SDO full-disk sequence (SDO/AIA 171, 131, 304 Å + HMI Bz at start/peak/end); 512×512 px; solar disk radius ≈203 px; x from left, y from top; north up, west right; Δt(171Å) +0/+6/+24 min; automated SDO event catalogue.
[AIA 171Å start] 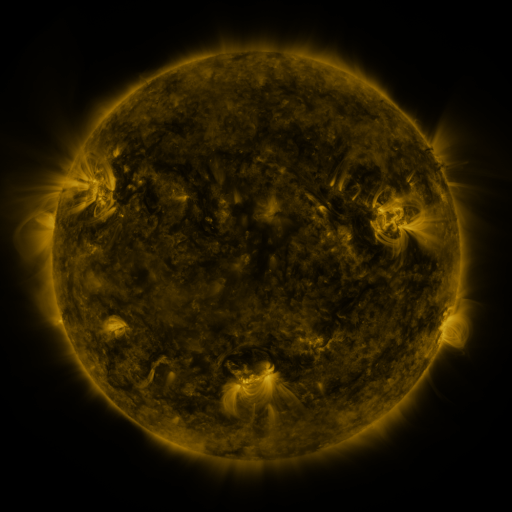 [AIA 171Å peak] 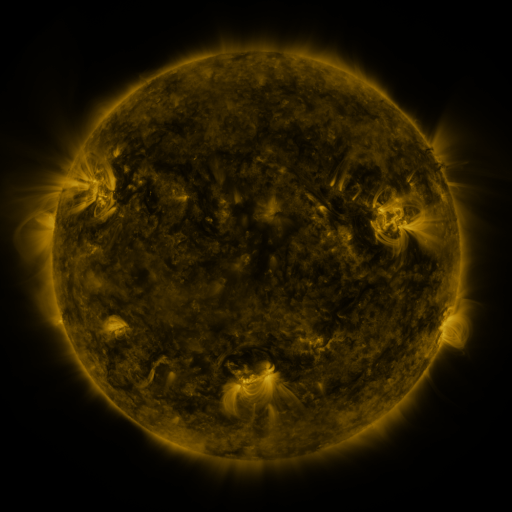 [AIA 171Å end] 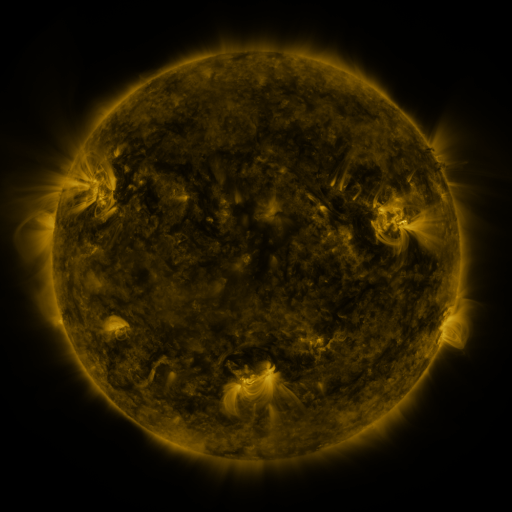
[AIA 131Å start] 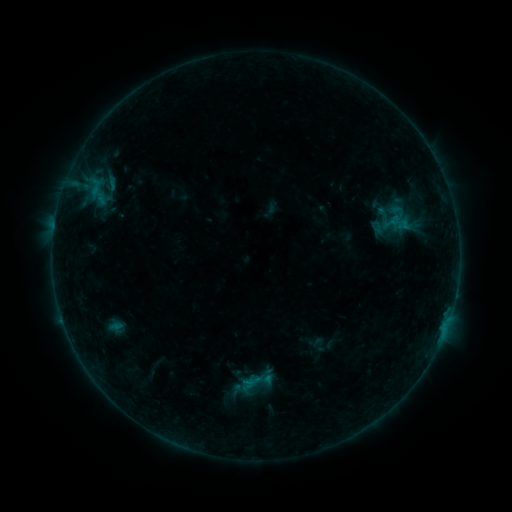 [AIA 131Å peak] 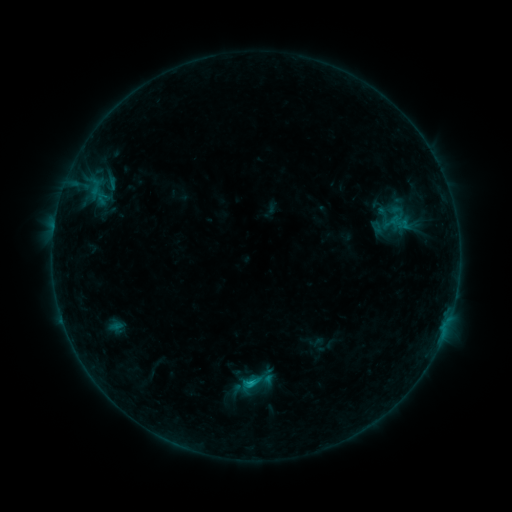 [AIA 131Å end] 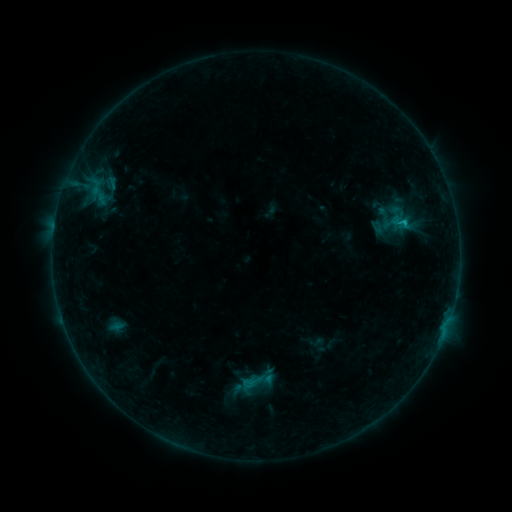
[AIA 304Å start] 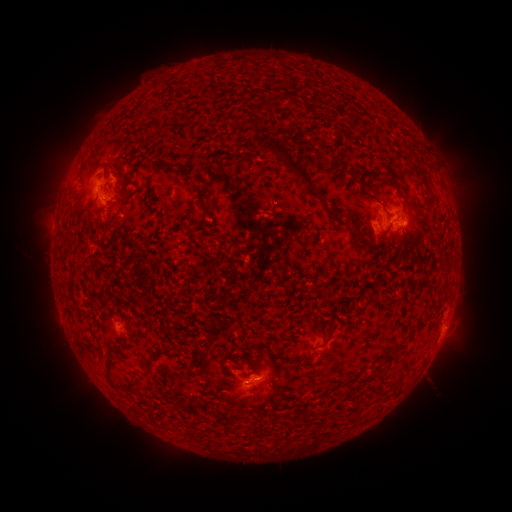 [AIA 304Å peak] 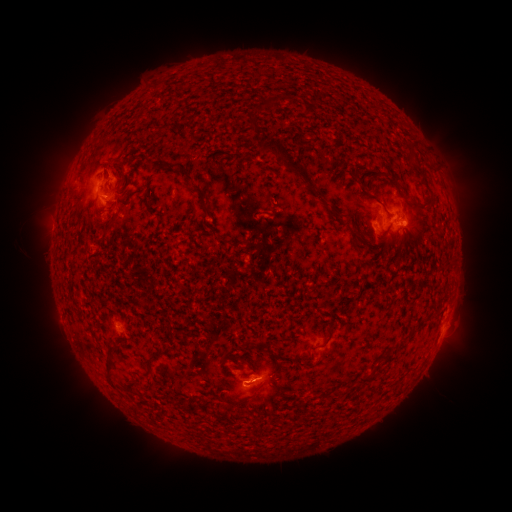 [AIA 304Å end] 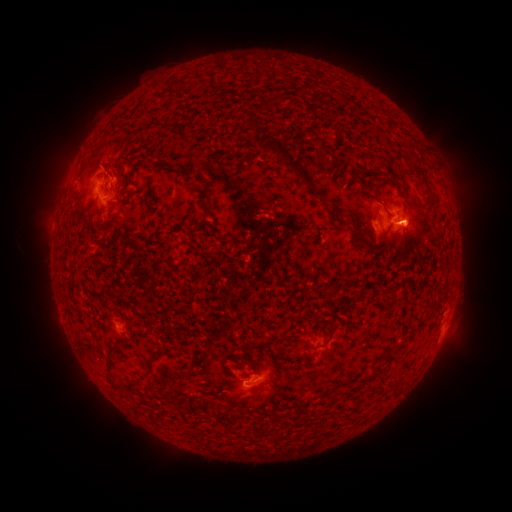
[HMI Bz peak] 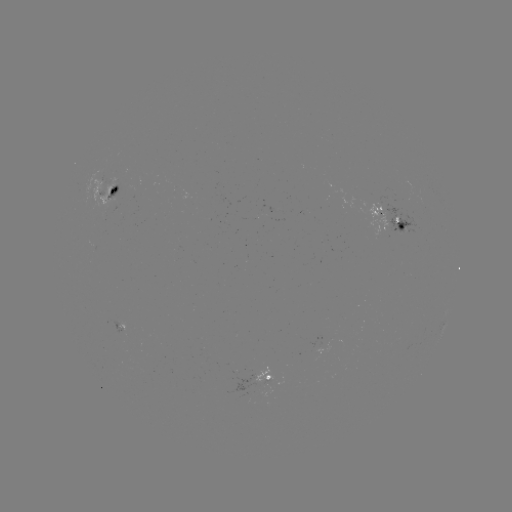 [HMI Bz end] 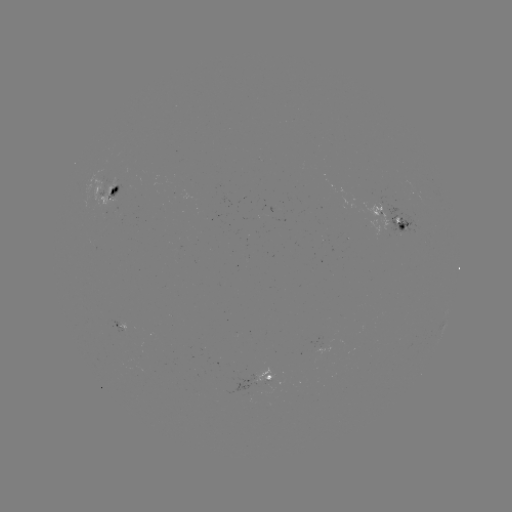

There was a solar flare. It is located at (249, 382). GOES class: C1.2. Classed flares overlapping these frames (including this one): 1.